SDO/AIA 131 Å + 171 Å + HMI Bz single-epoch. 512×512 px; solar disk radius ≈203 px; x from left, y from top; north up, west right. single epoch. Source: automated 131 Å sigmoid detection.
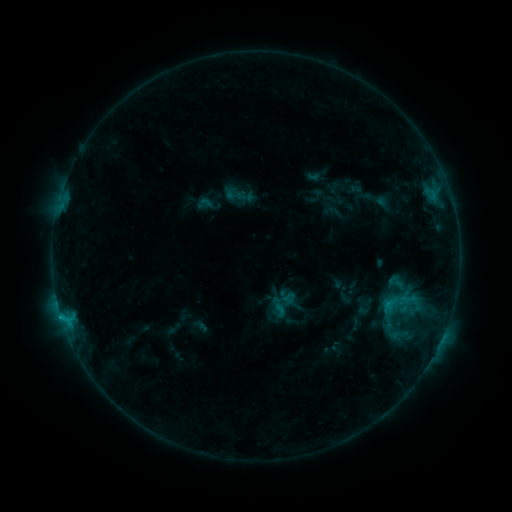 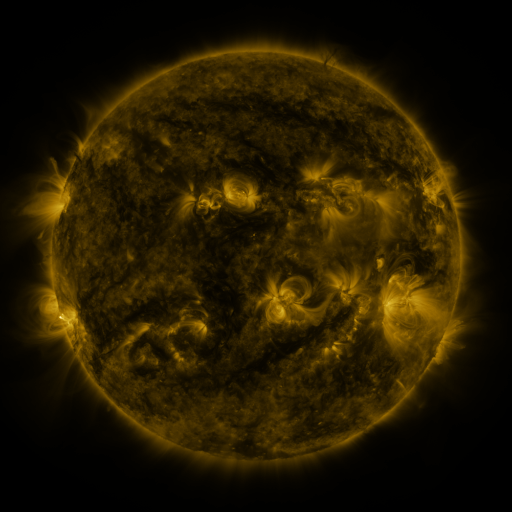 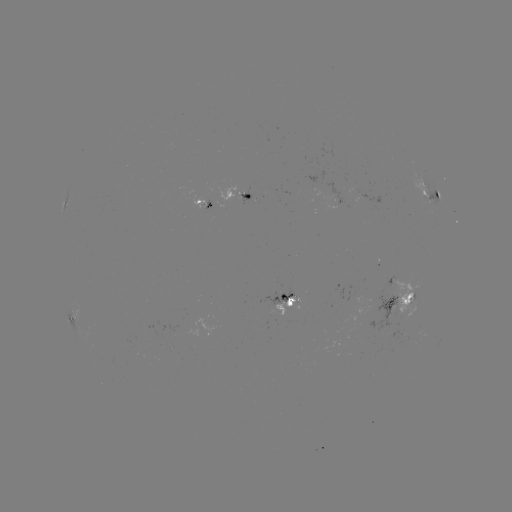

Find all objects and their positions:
sigmoid: <bbox>225, 184, 245, 204</bbox>
sigmoid: <bbox>196, 195, 213, 212</bbox>
